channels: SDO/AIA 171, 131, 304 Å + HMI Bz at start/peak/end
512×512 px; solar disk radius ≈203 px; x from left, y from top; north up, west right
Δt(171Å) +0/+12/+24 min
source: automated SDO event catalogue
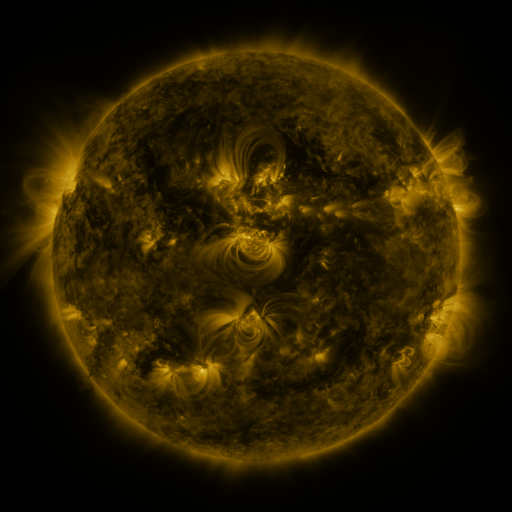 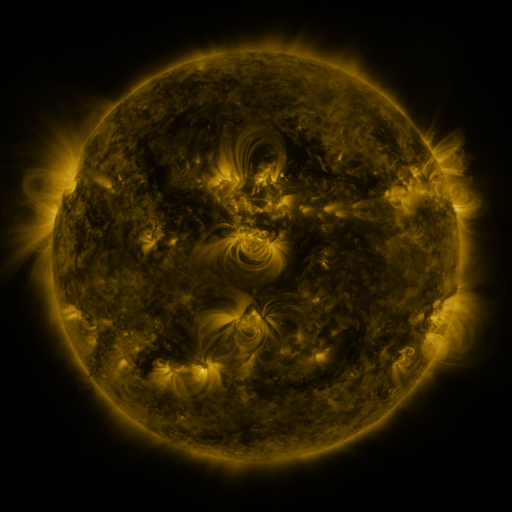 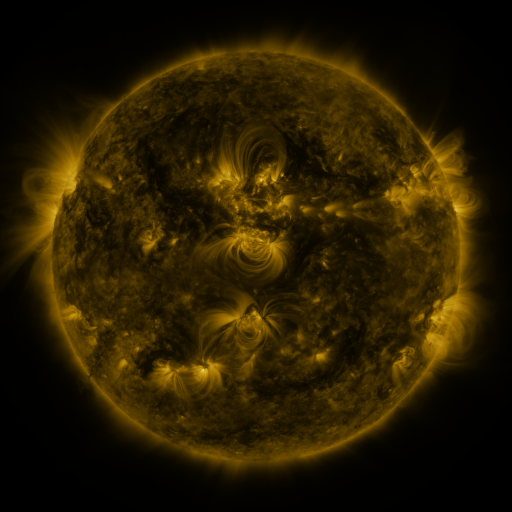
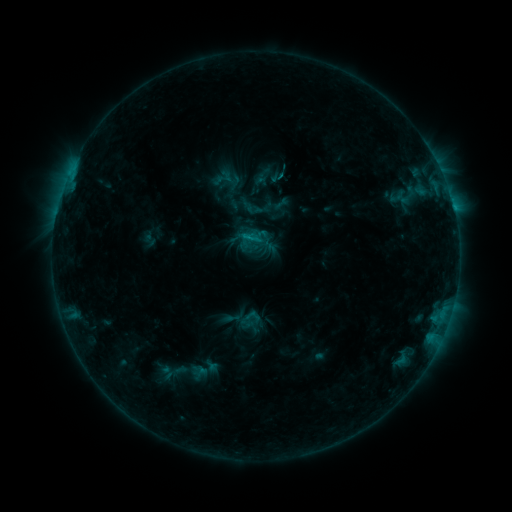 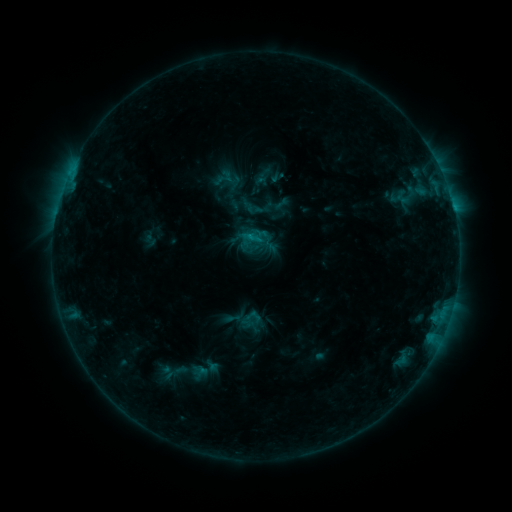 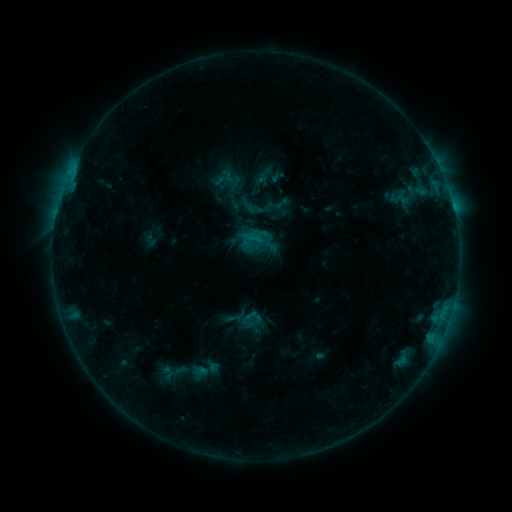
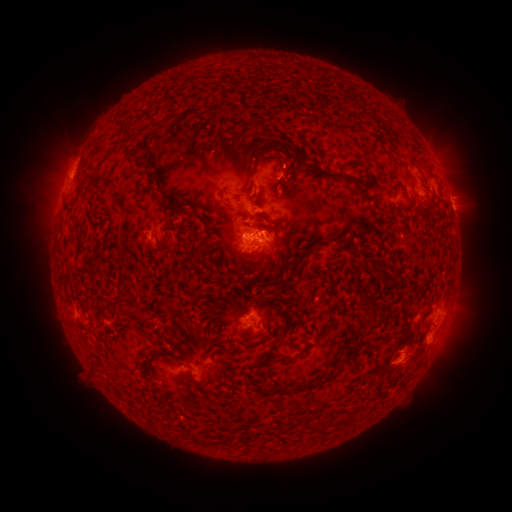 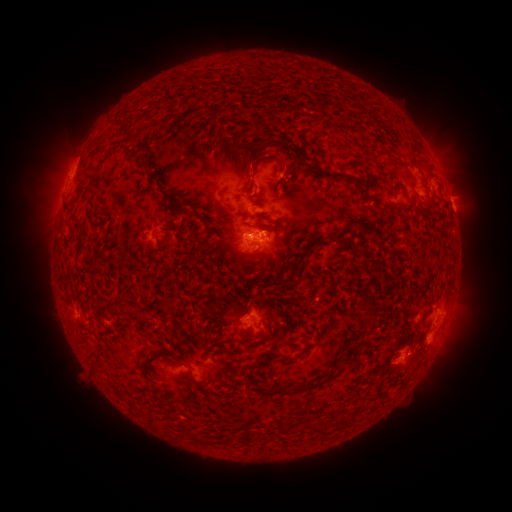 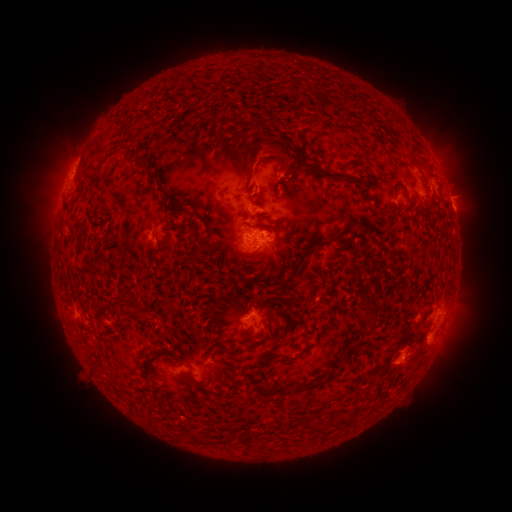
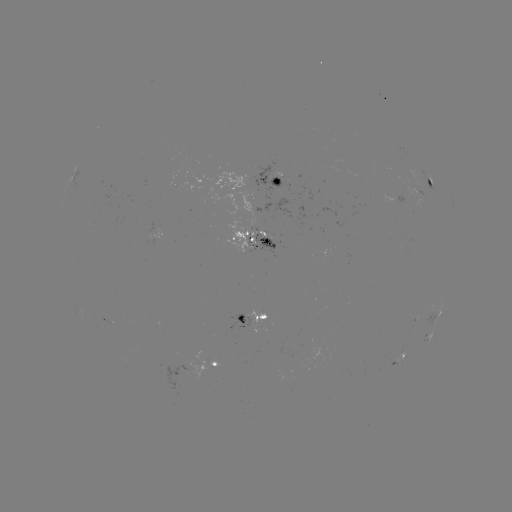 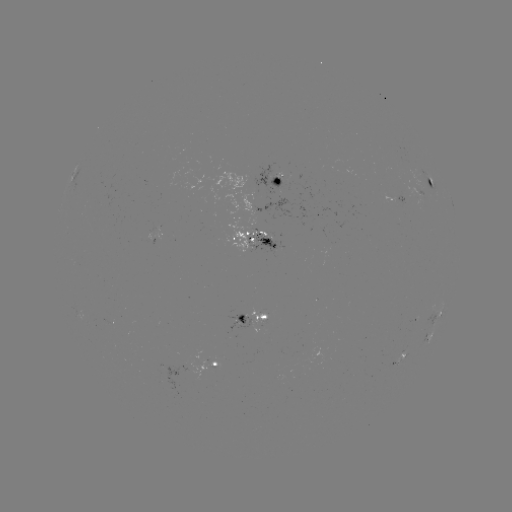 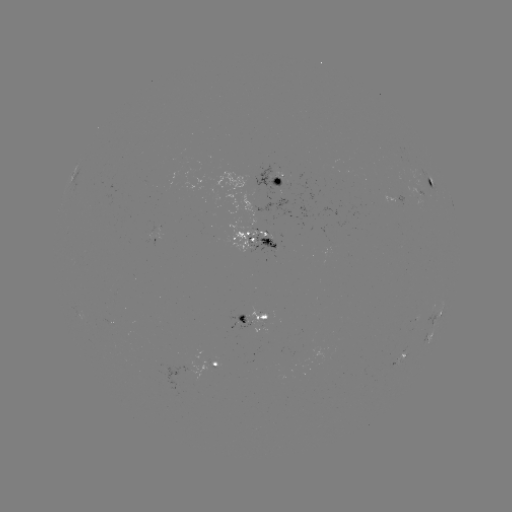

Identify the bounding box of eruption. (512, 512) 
[224, 132, 309, 188].